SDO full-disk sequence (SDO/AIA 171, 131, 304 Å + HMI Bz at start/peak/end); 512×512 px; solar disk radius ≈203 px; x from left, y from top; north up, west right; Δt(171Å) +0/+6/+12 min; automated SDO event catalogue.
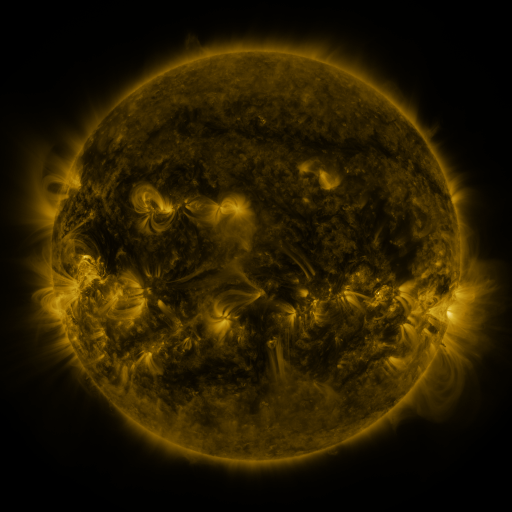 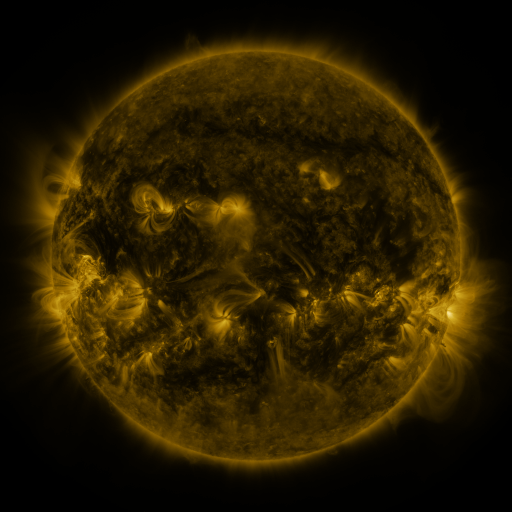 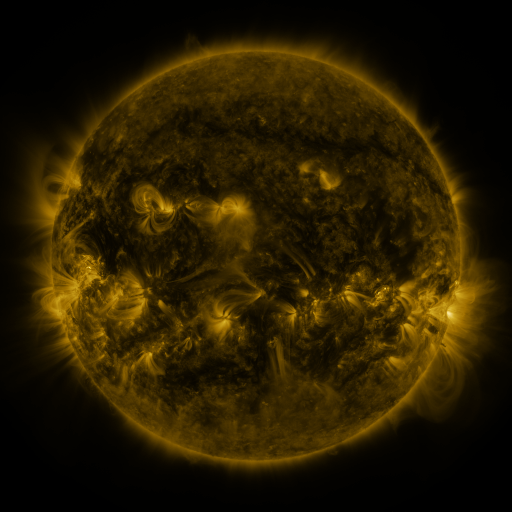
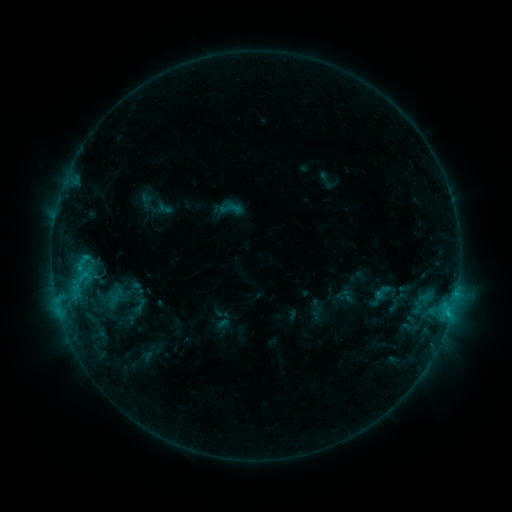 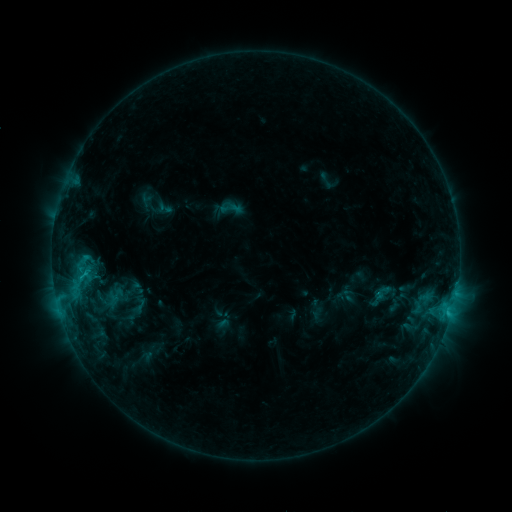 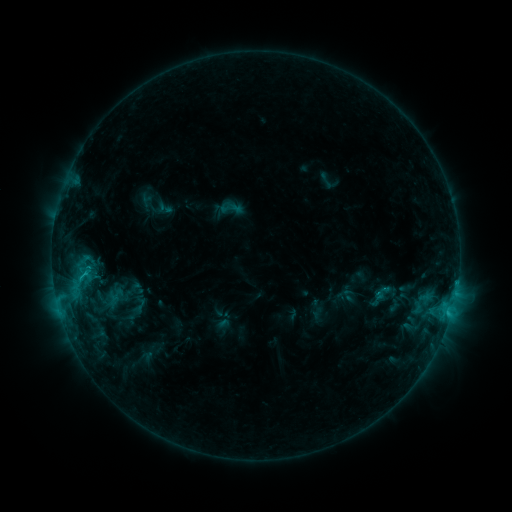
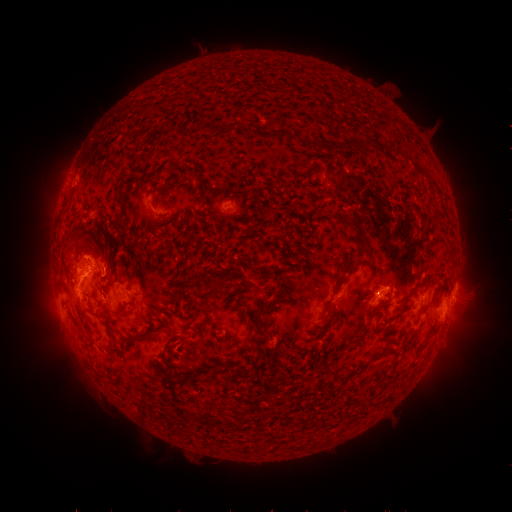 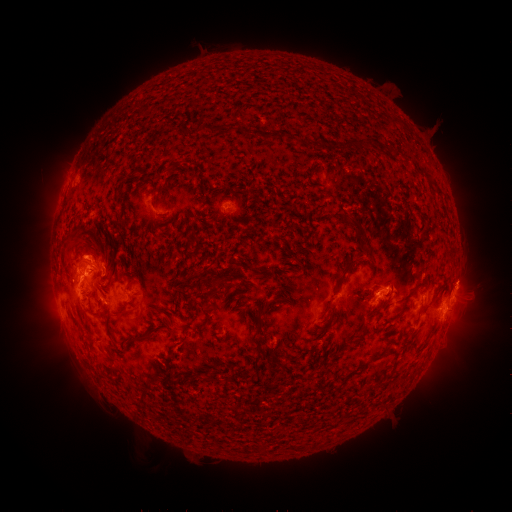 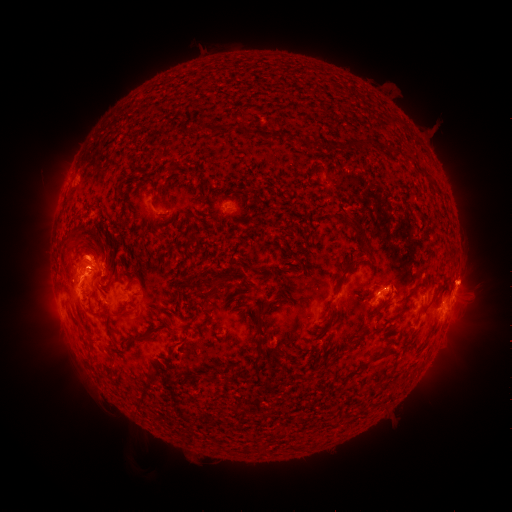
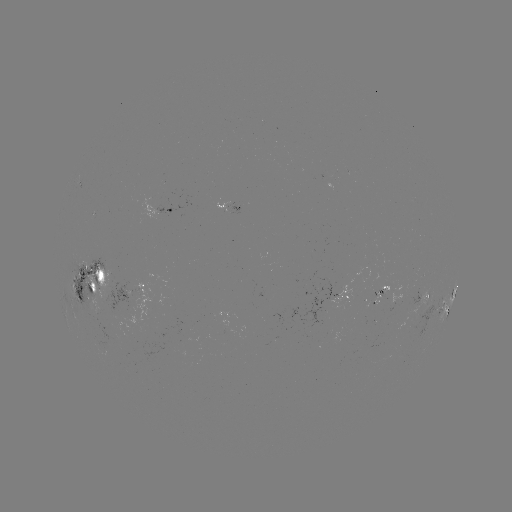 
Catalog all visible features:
eruption: (470, 279)
